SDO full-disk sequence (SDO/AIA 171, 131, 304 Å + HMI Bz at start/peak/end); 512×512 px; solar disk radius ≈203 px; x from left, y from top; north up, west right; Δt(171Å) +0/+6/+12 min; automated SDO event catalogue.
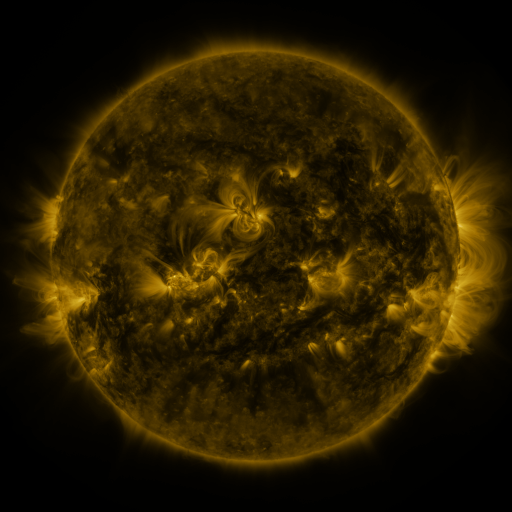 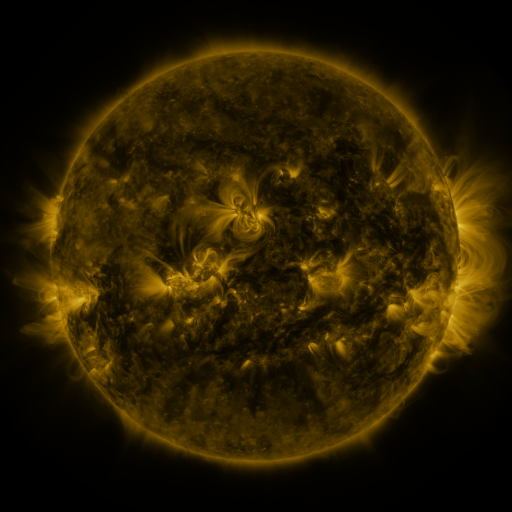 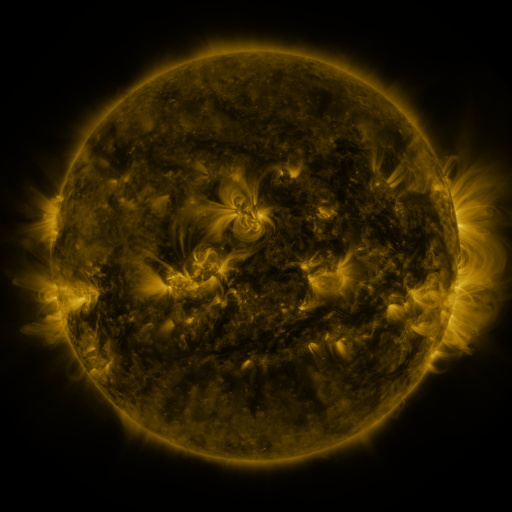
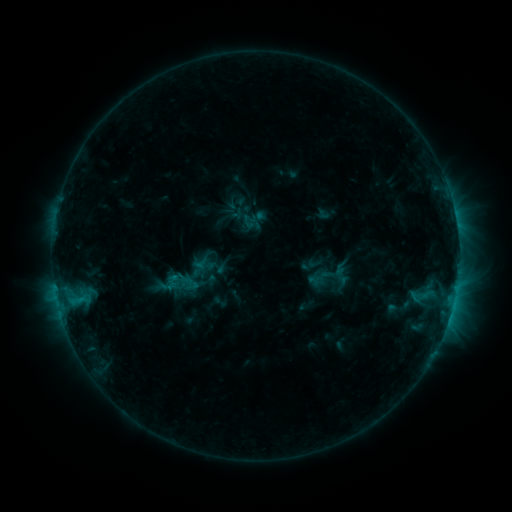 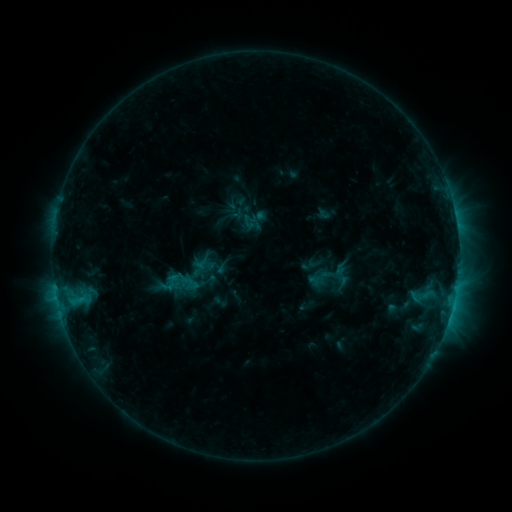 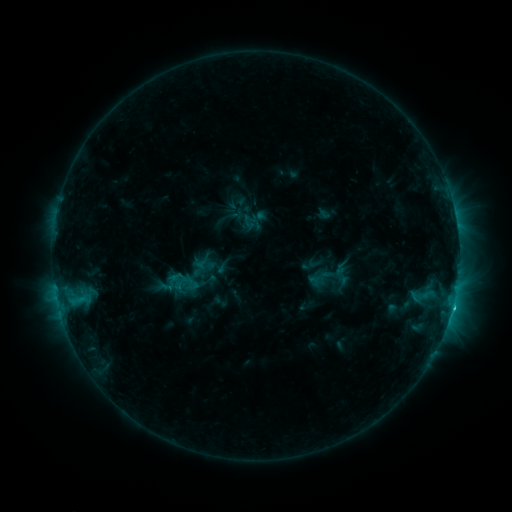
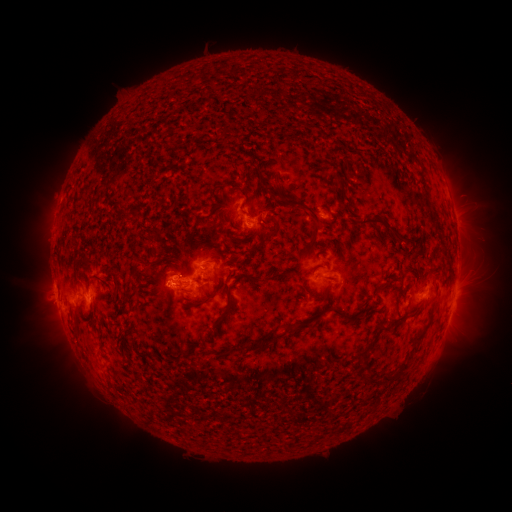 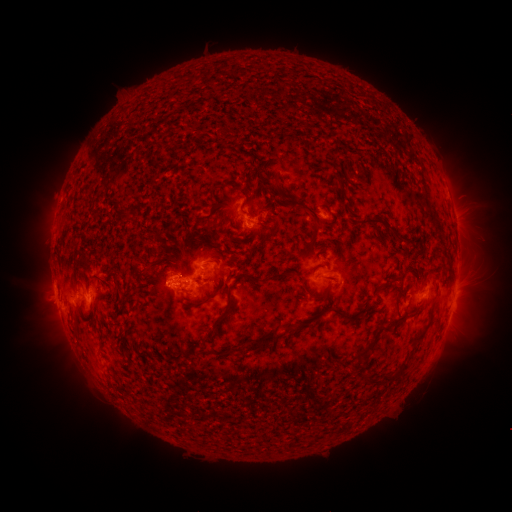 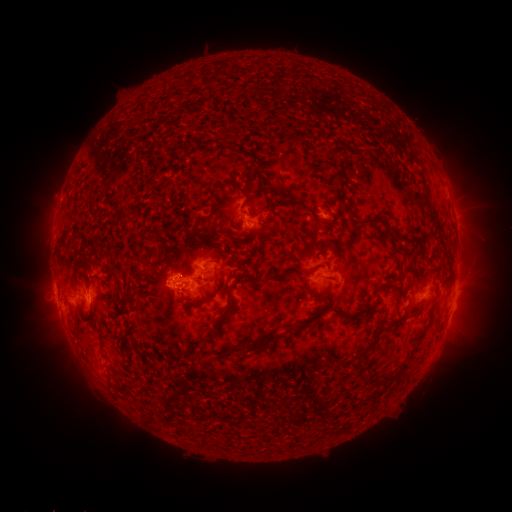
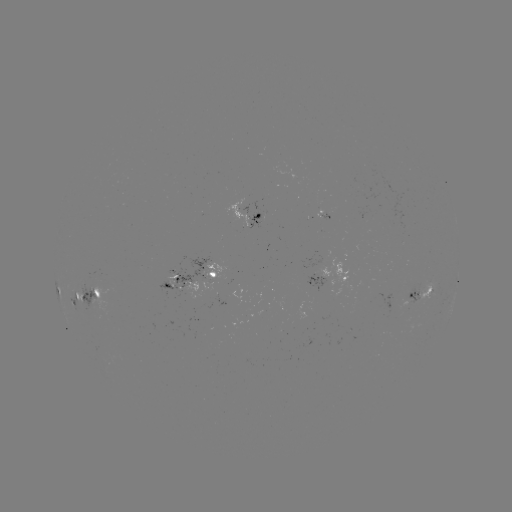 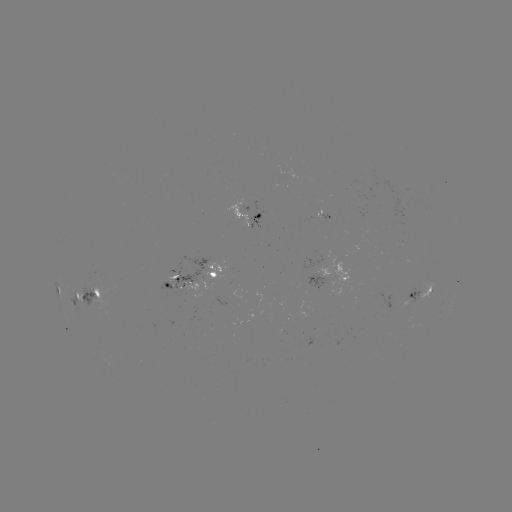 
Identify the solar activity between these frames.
C1.8 flare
